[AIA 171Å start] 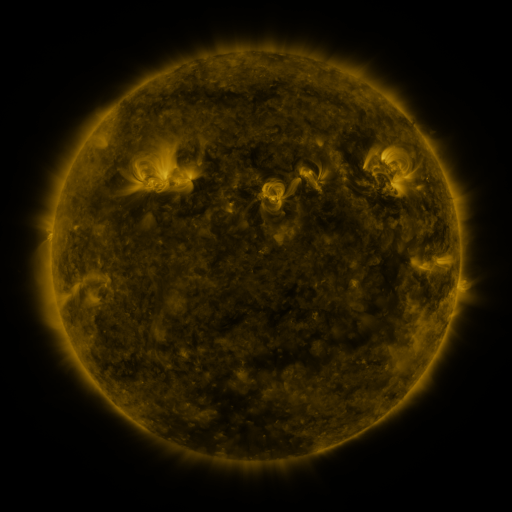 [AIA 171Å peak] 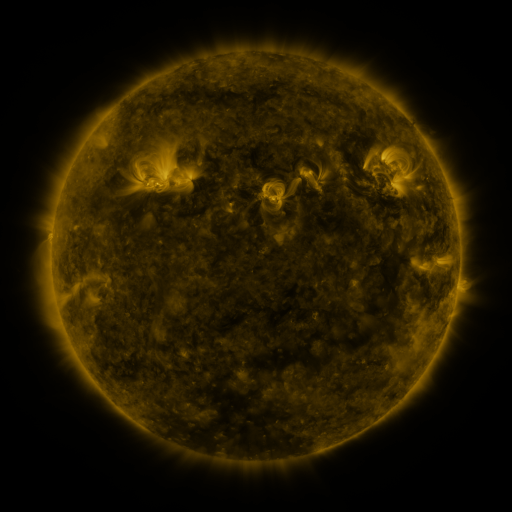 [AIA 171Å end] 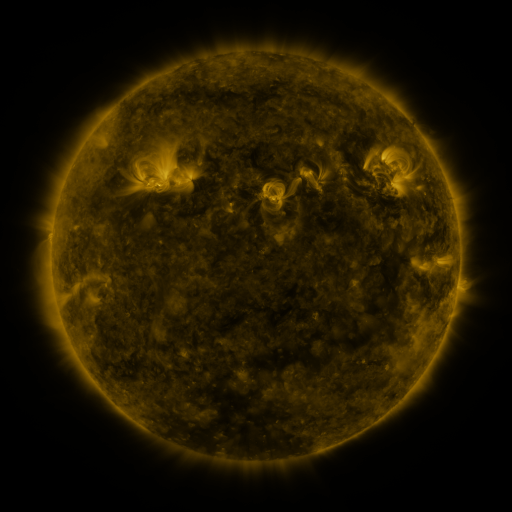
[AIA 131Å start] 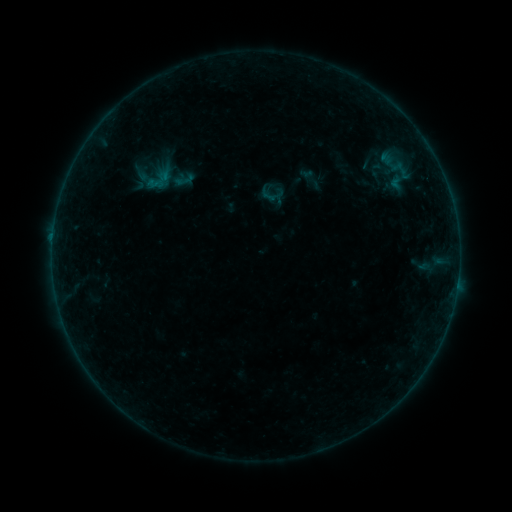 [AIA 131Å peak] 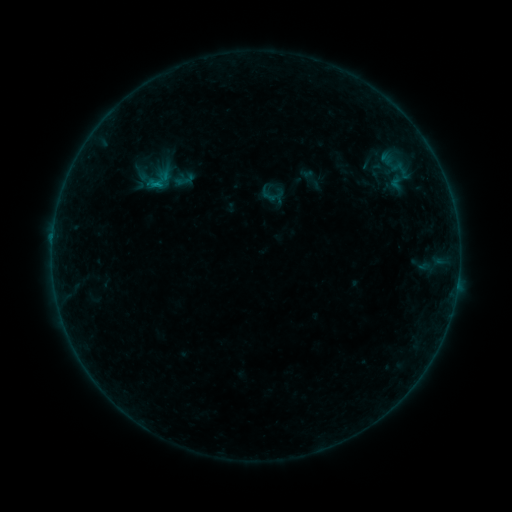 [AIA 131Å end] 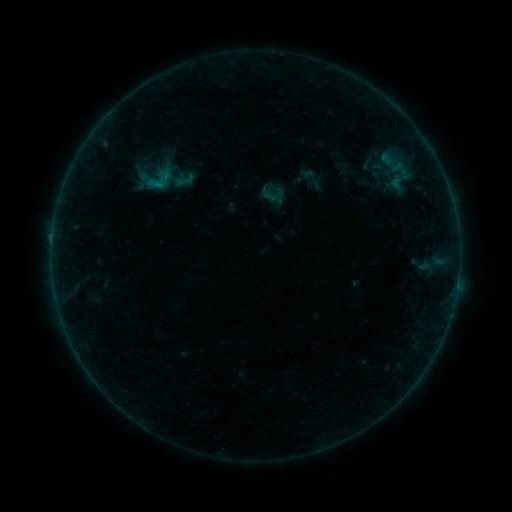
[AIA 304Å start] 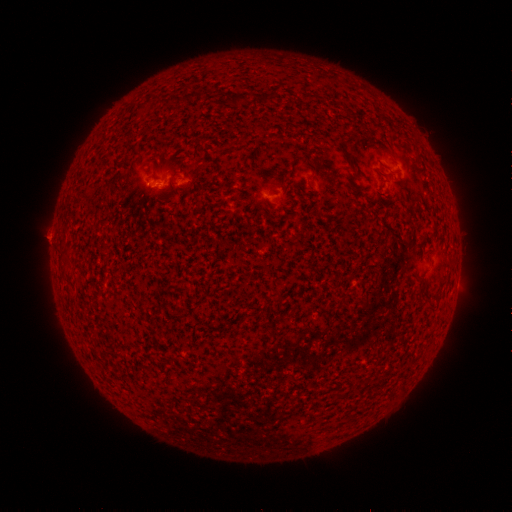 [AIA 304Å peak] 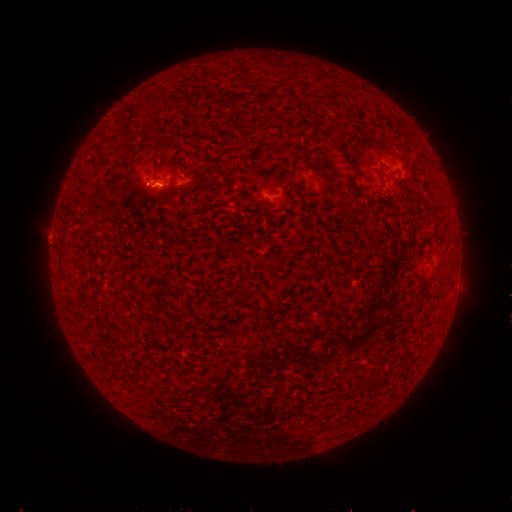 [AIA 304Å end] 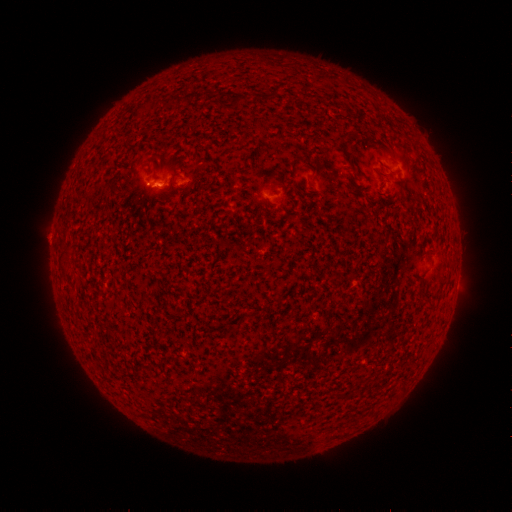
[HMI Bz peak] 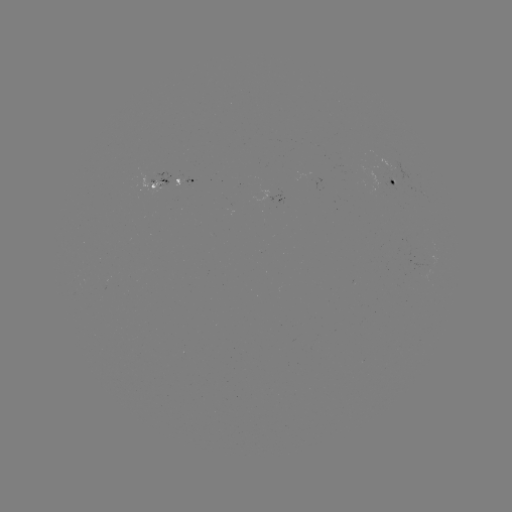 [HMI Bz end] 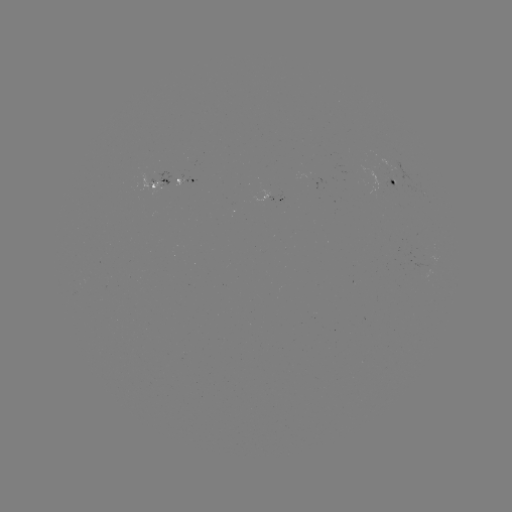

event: flare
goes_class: B2.1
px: (157, 185)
